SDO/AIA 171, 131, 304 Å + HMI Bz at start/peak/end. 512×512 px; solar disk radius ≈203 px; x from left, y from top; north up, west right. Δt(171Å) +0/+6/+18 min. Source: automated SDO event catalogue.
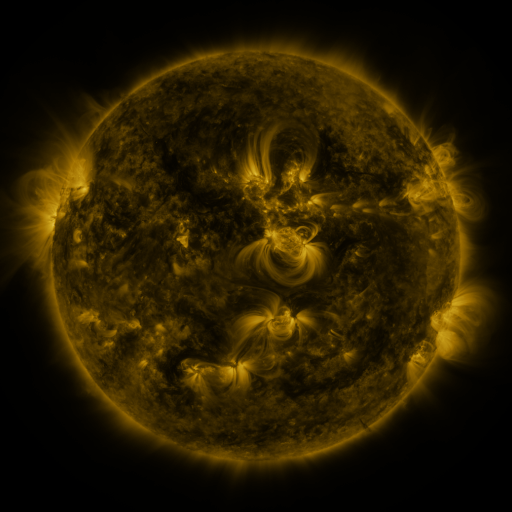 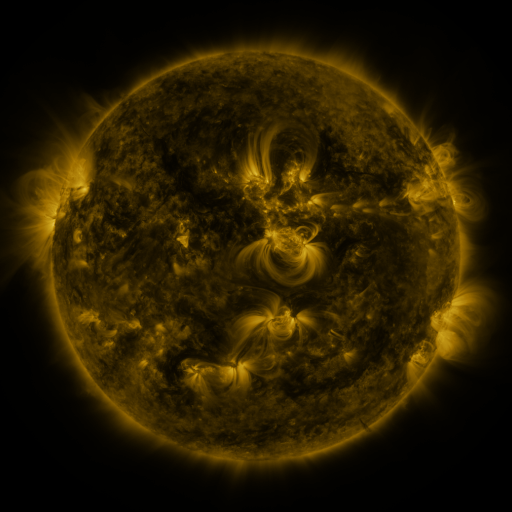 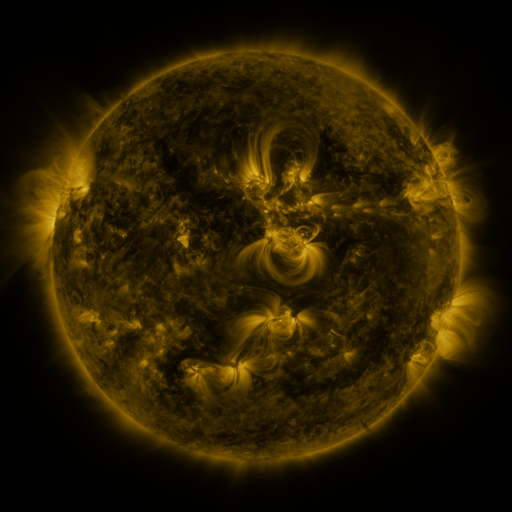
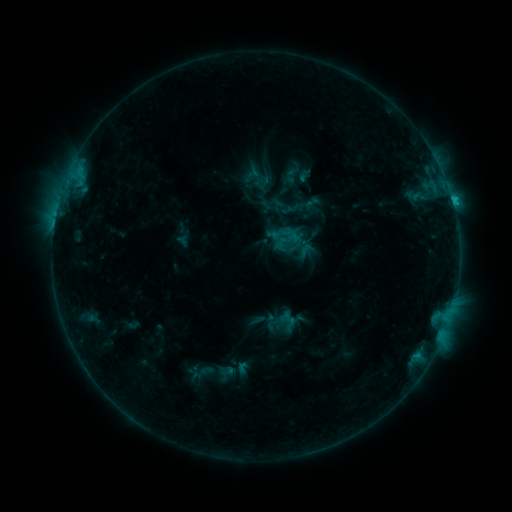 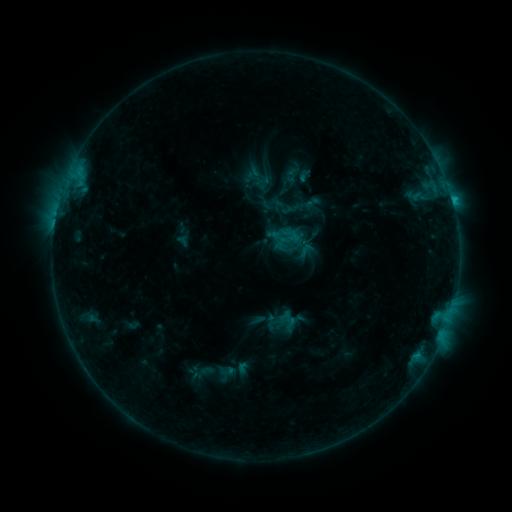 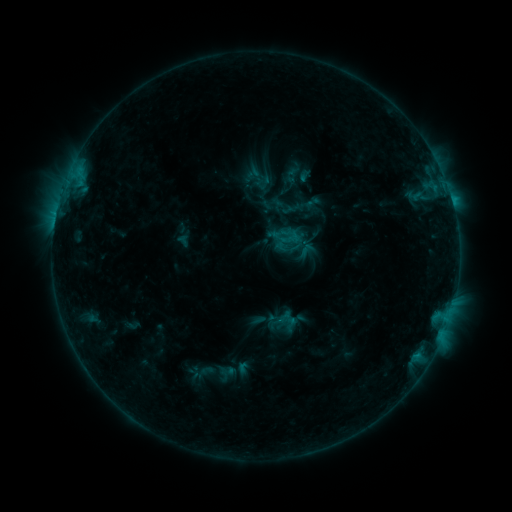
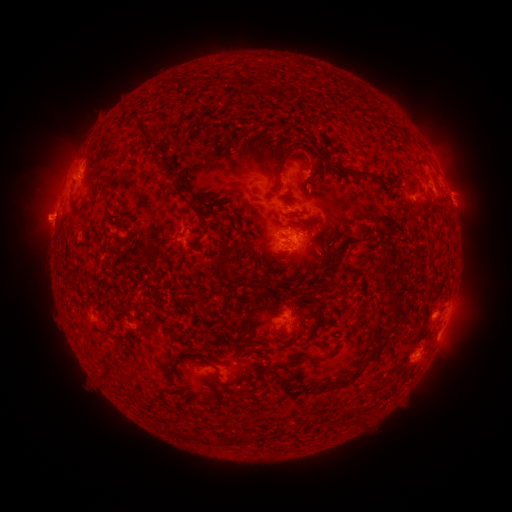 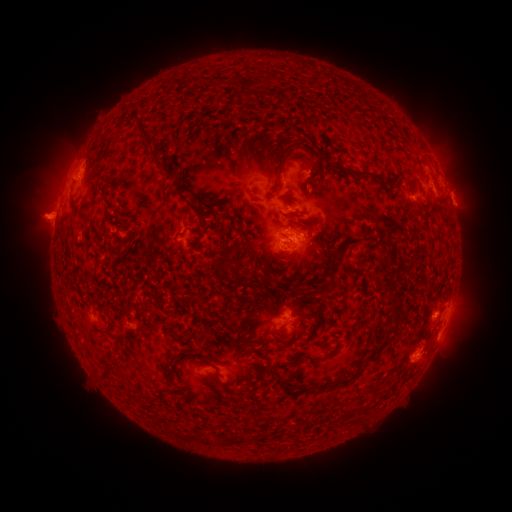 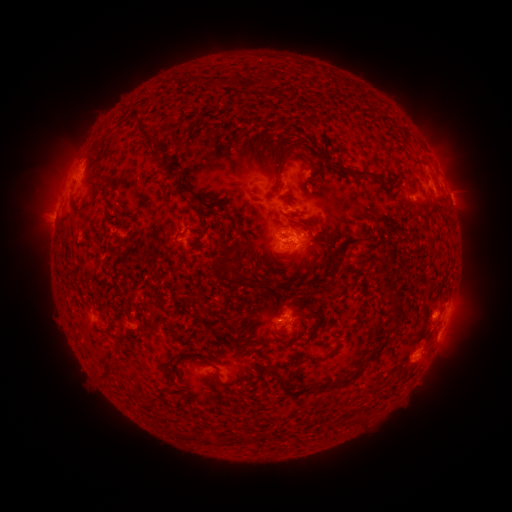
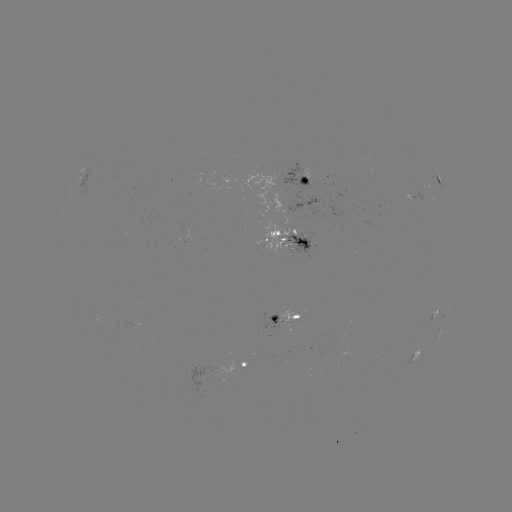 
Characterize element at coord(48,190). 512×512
eruption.